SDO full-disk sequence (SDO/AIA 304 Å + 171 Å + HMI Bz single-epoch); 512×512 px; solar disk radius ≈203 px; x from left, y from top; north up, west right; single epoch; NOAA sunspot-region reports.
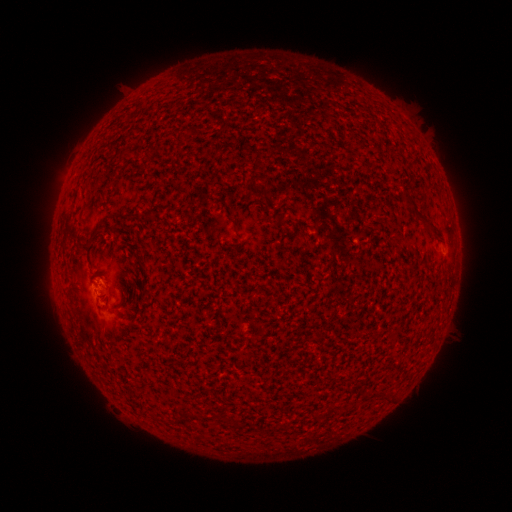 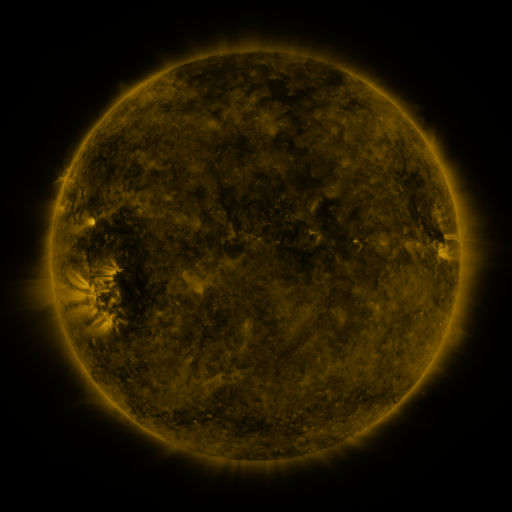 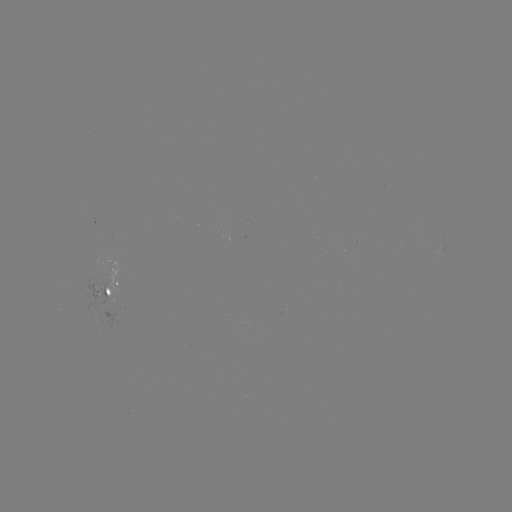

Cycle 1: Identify spotted active region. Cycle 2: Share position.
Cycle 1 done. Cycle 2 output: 112,288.